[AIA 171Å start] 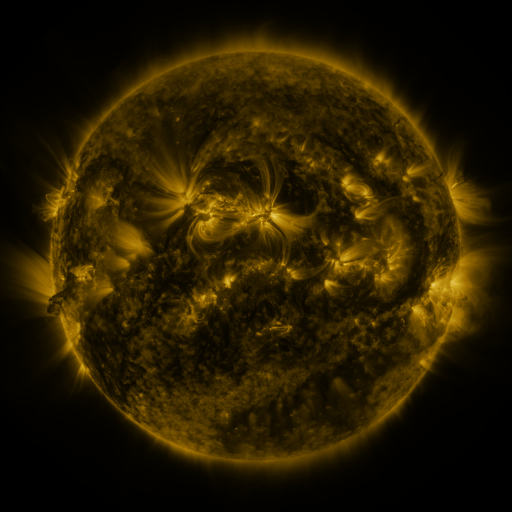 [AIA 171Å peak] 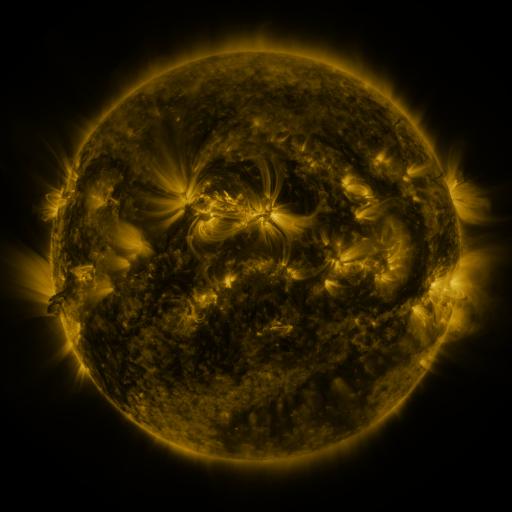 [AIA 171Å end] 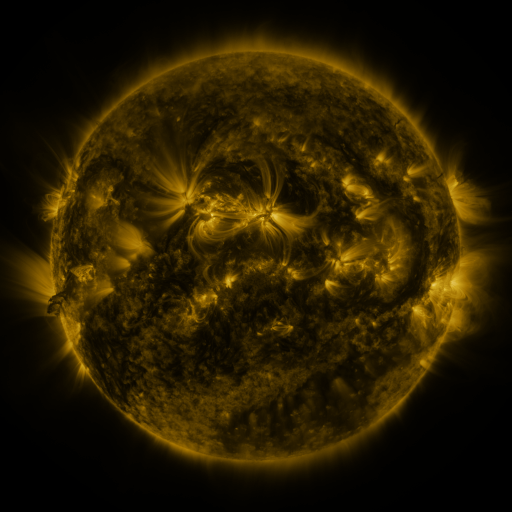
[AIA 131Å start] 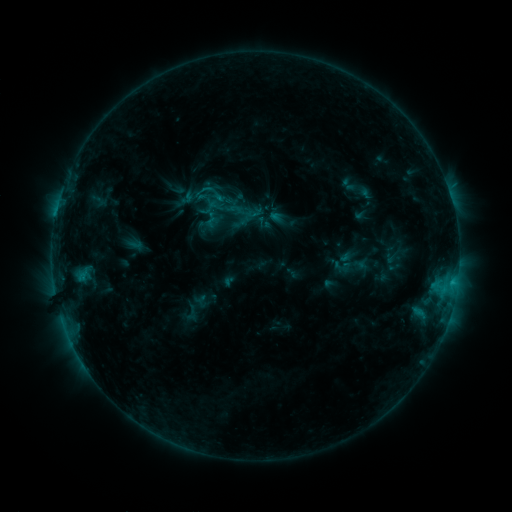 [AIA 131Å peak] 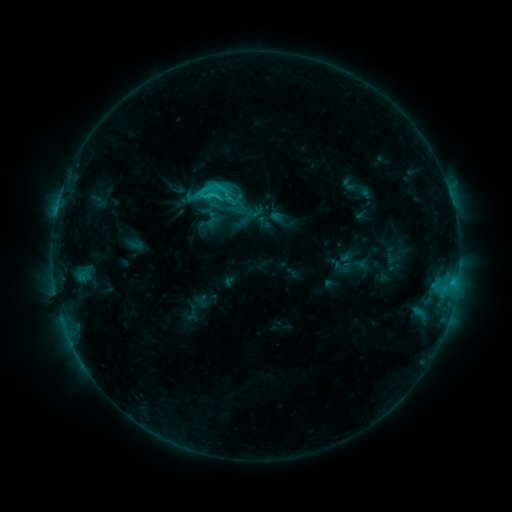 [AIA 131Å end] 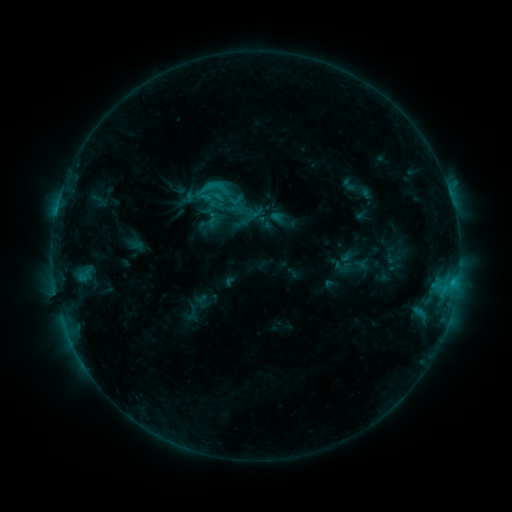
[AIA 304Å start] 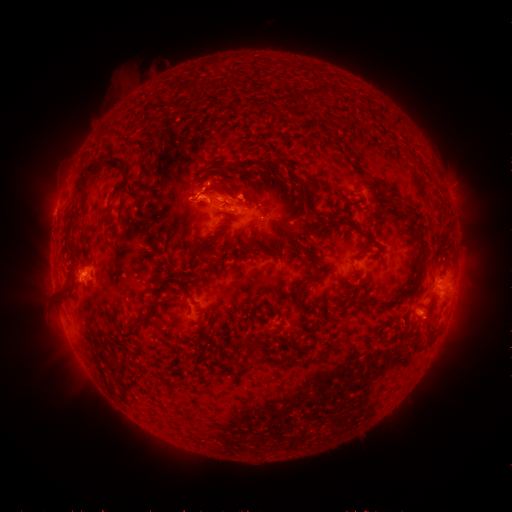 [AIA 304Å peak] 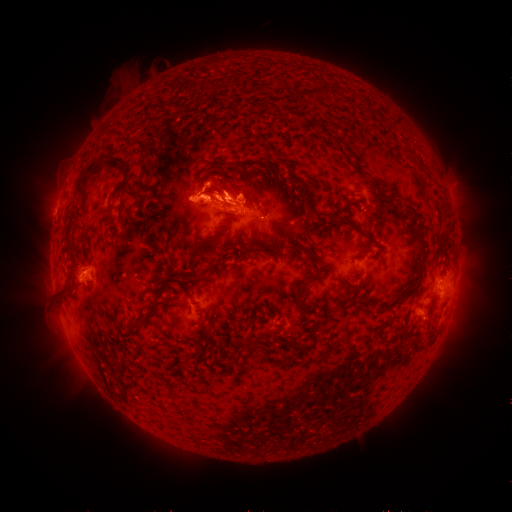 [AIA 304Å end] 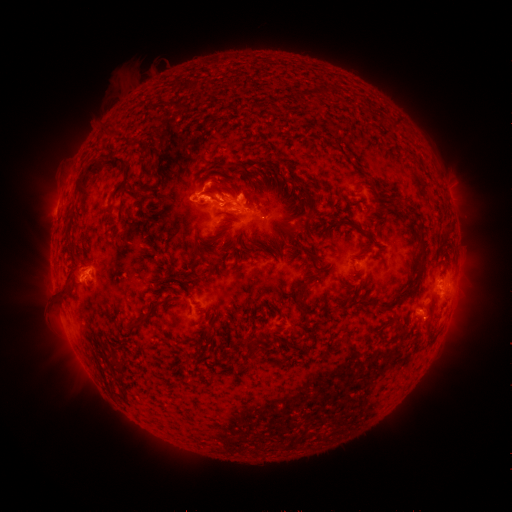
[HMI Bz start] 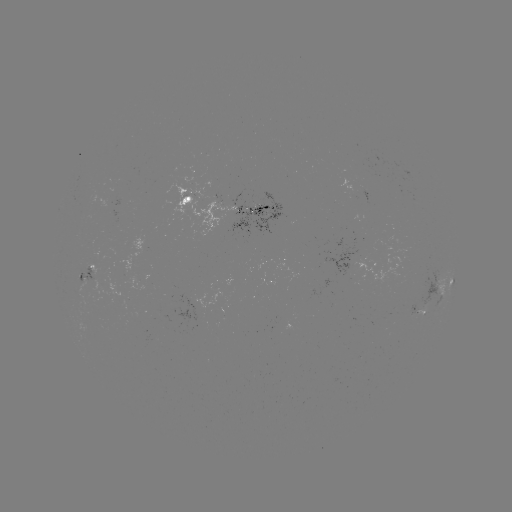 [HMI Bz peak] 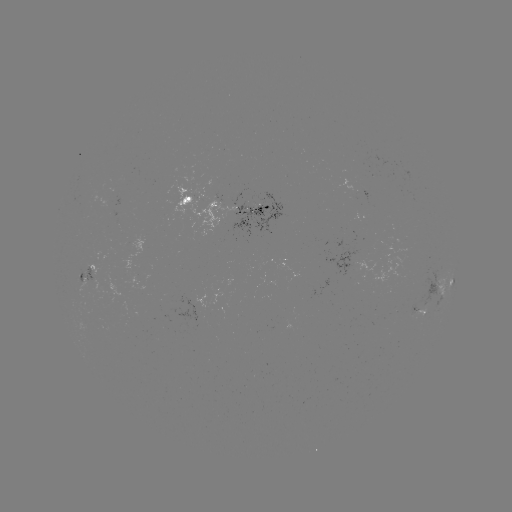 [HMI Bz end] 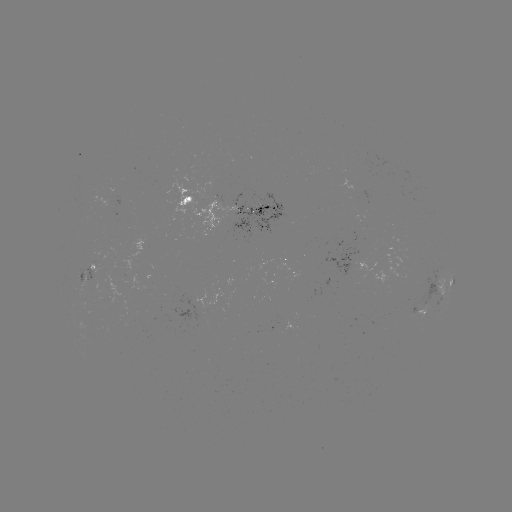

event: flare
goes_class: C2.6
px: (210, 196)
